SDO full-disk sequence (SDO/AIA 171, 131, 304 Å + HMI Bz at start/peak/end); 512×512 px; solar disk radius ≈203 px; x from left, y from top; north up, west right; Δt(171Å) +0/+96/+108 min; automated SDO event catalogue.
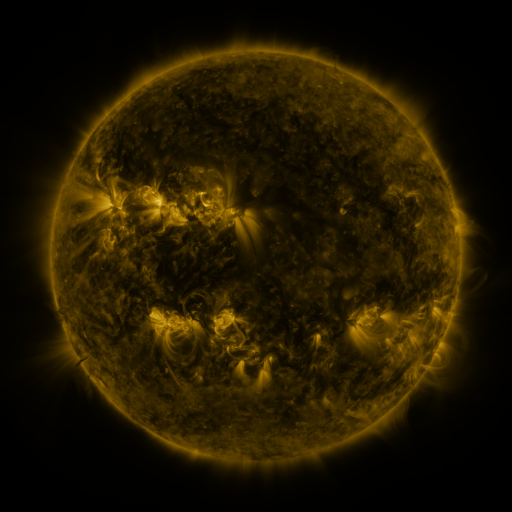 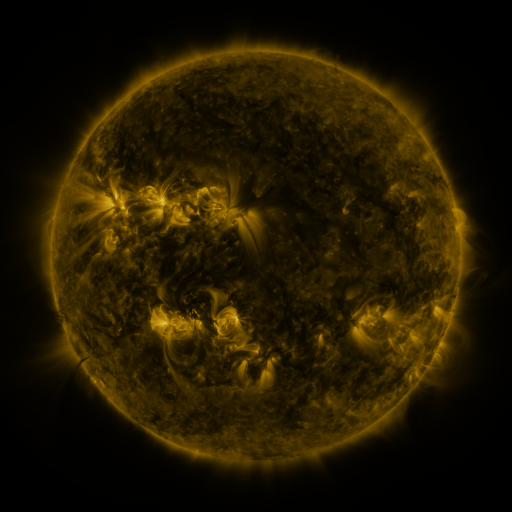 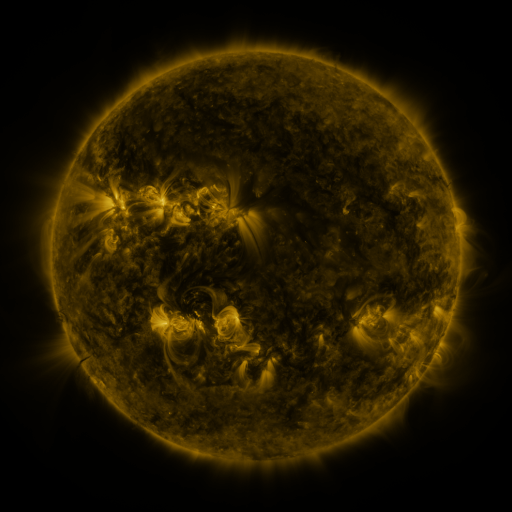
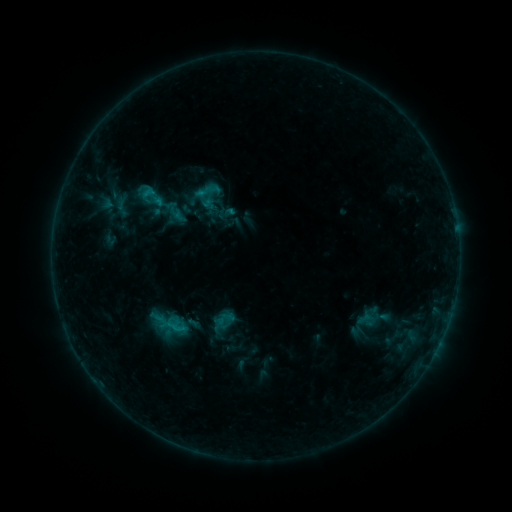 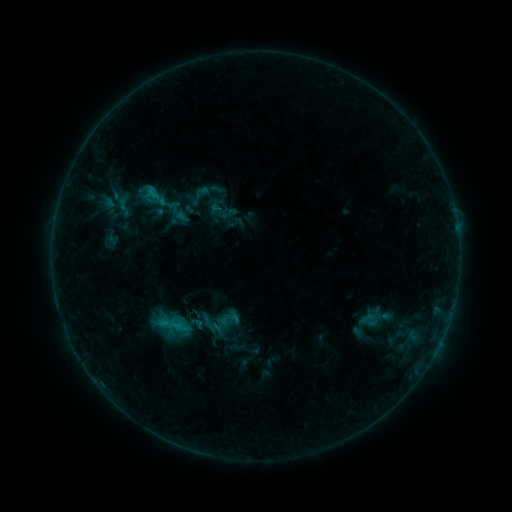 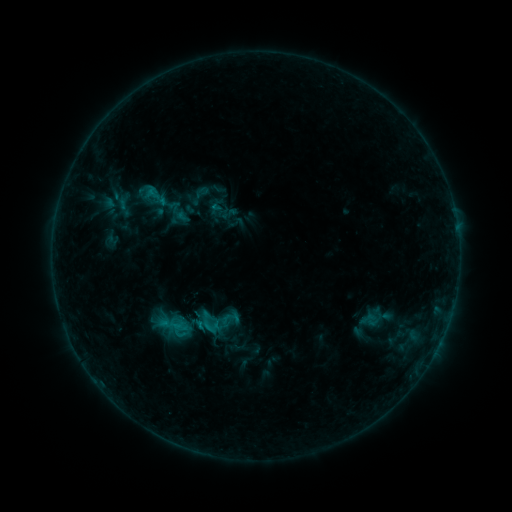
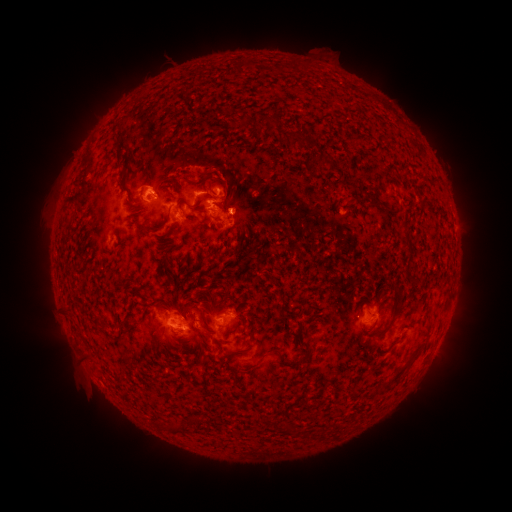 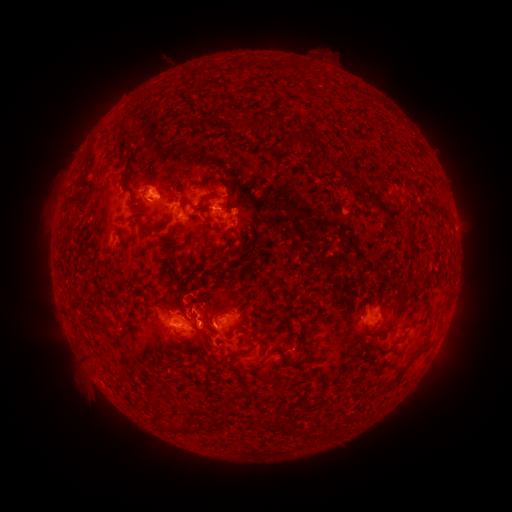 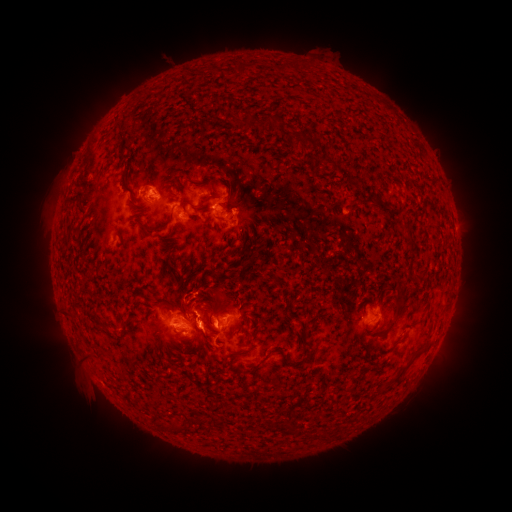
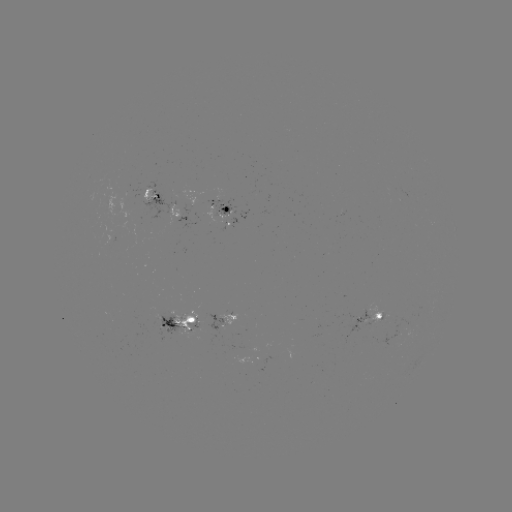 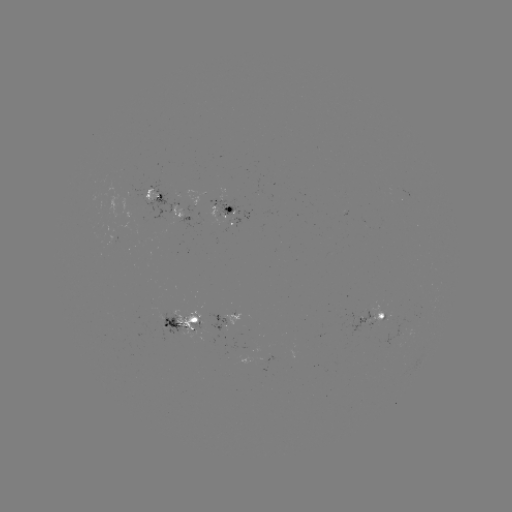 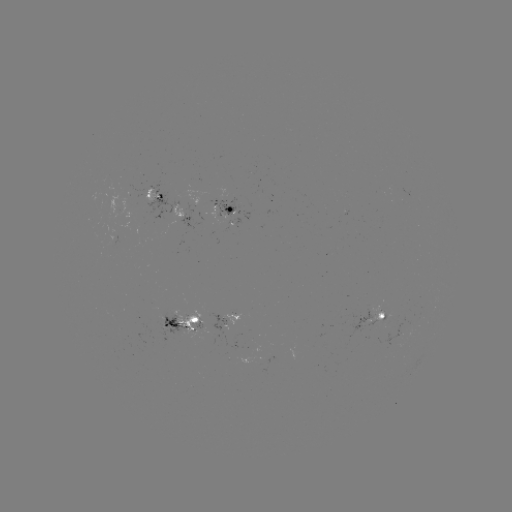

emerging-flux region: [348, 303, 372, 336]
